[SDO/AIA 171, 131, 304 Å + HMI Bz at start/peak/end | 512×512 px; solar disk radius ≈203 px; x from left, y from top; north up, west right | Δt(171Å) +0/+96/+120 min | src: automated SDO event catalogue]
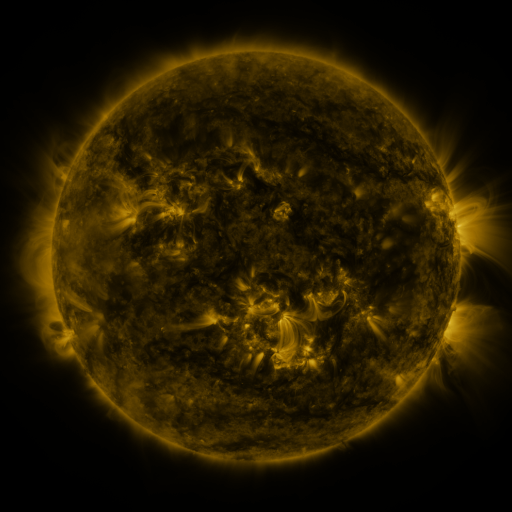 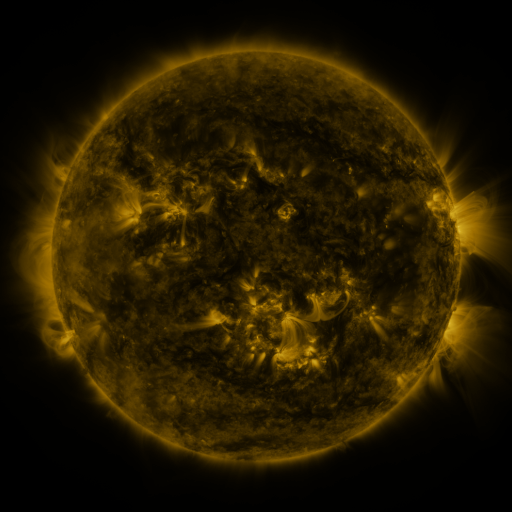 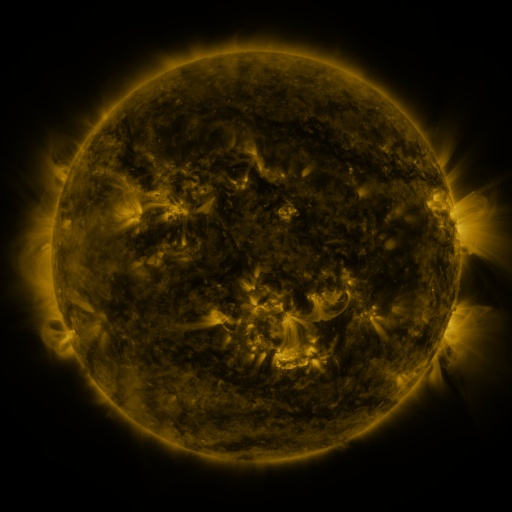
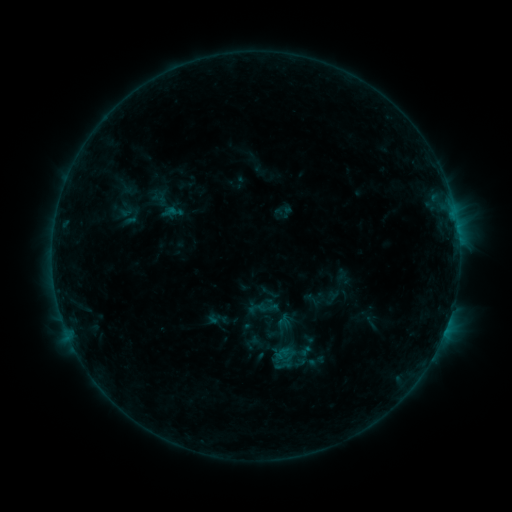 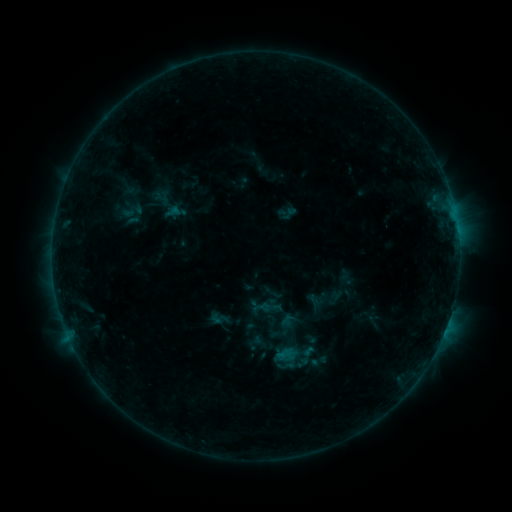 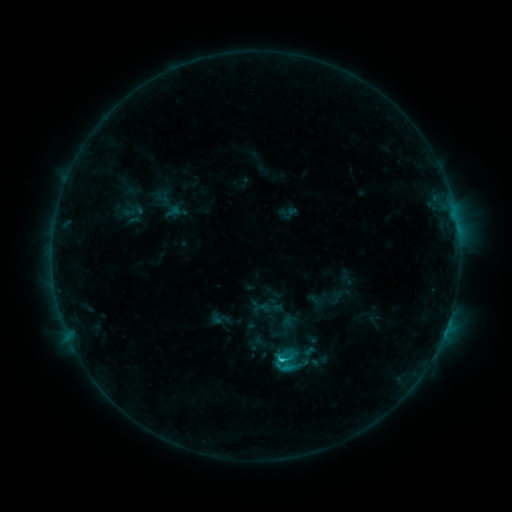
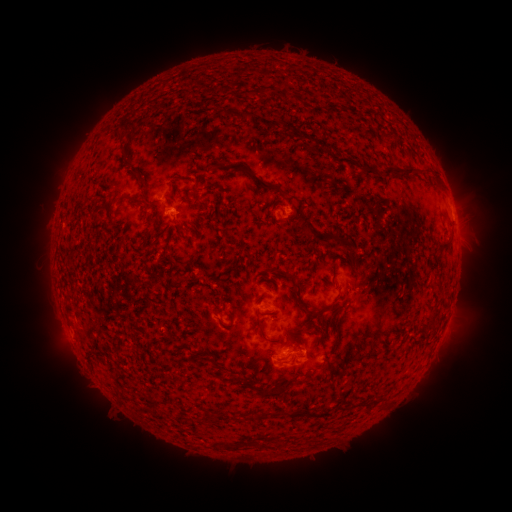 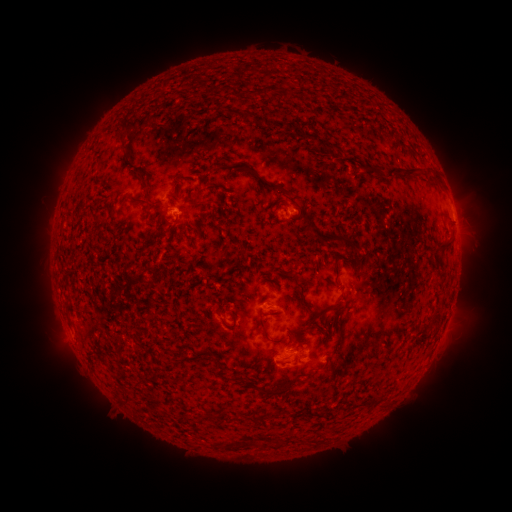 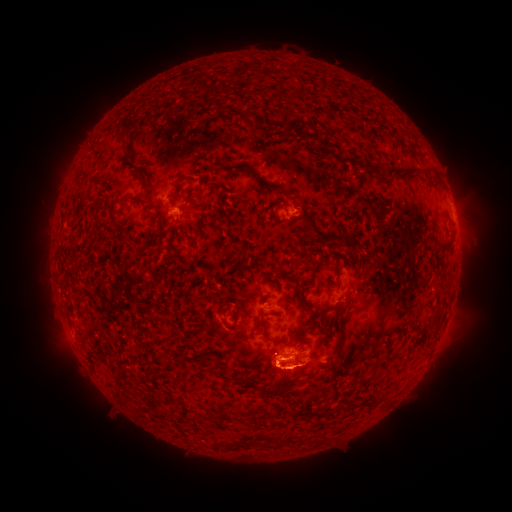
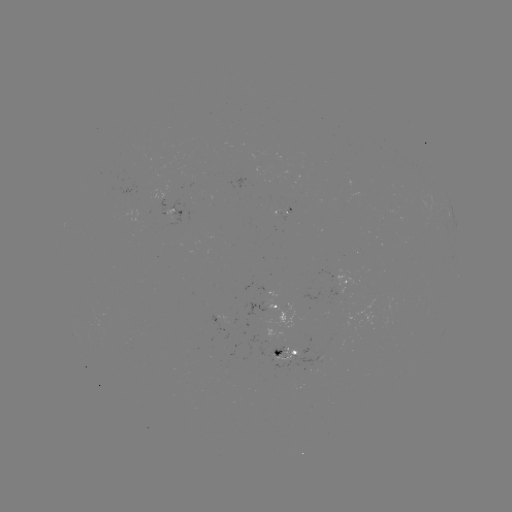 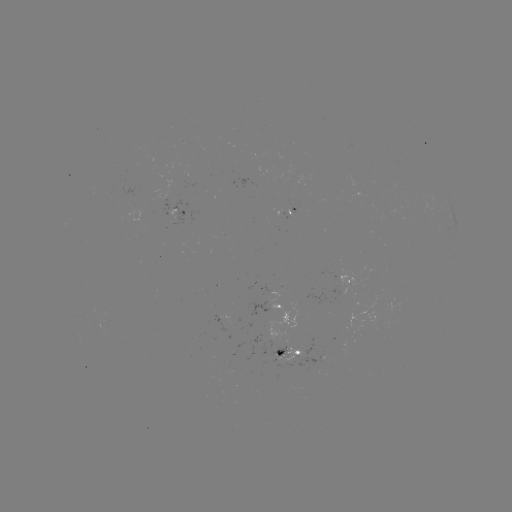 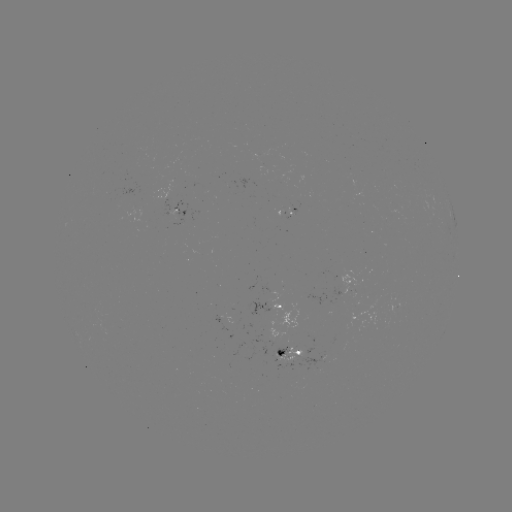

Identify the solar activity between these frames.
emerging-flux region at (295, 355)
